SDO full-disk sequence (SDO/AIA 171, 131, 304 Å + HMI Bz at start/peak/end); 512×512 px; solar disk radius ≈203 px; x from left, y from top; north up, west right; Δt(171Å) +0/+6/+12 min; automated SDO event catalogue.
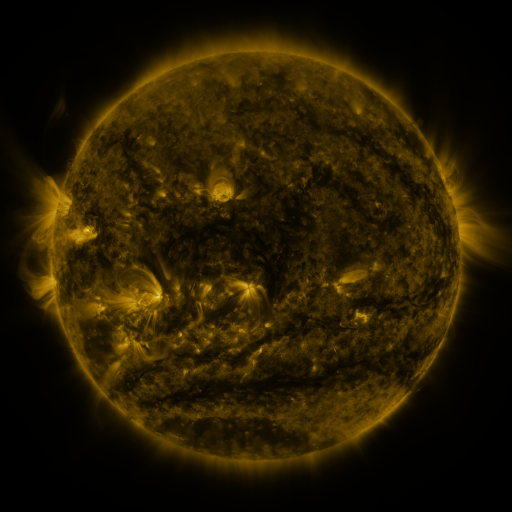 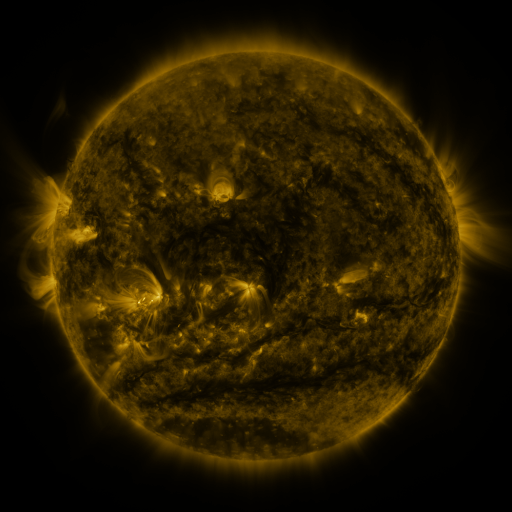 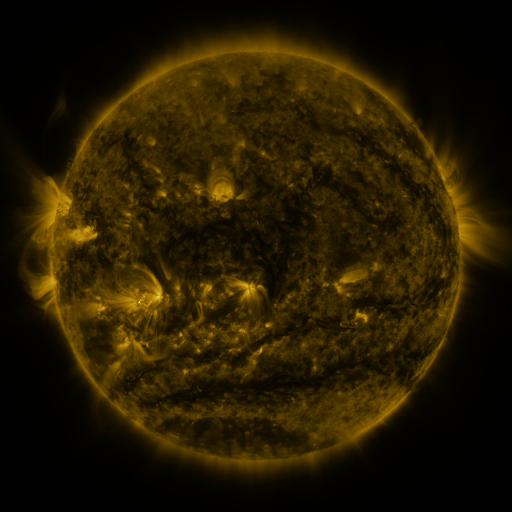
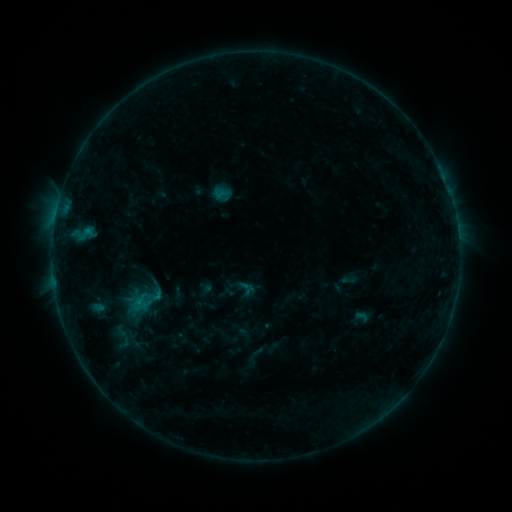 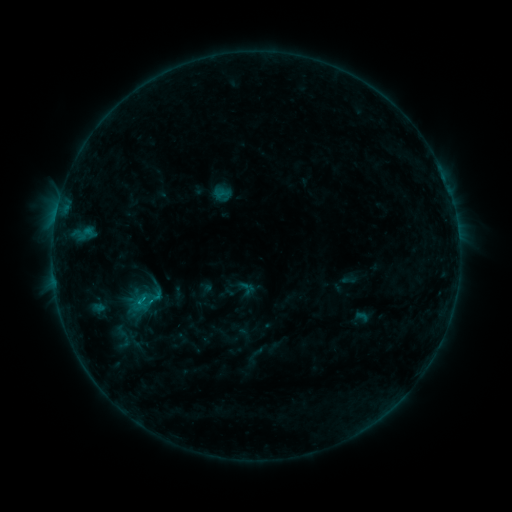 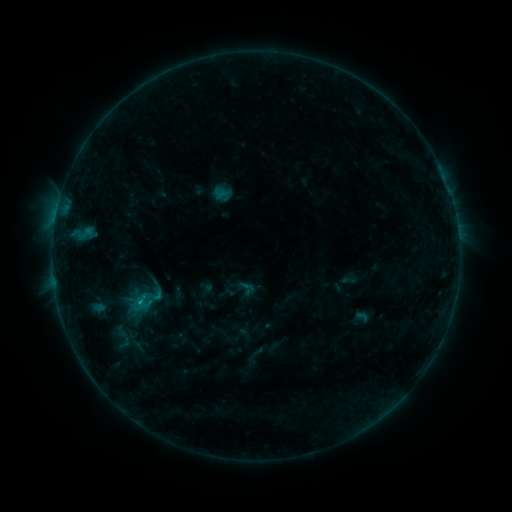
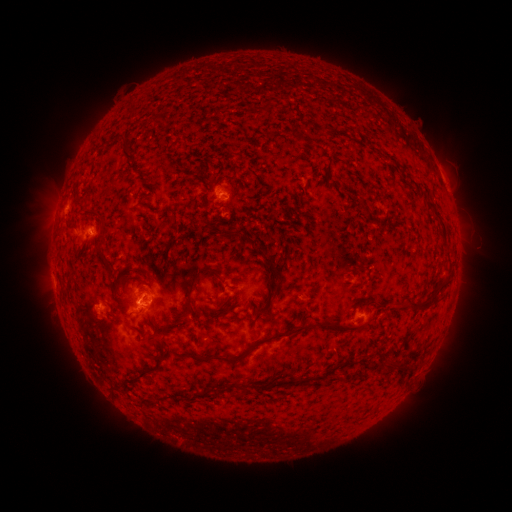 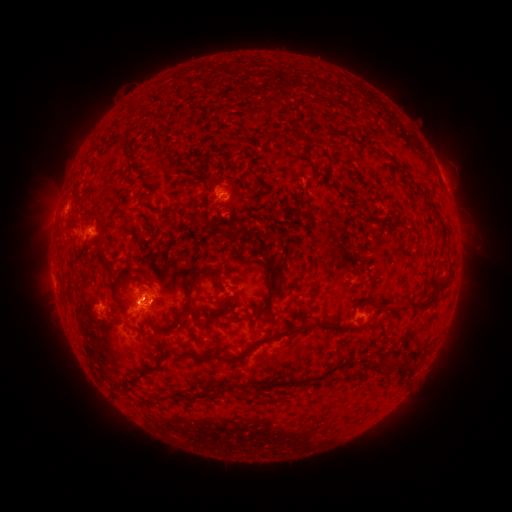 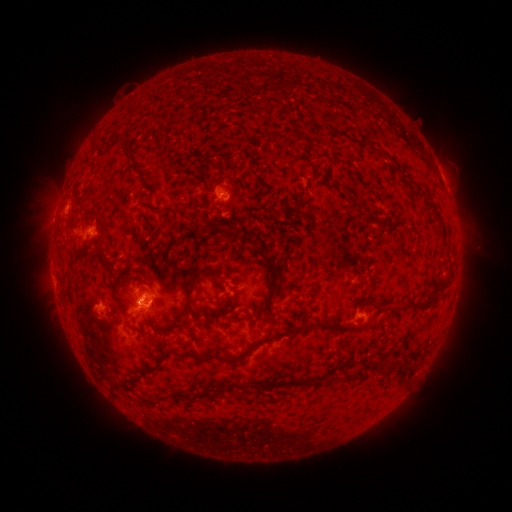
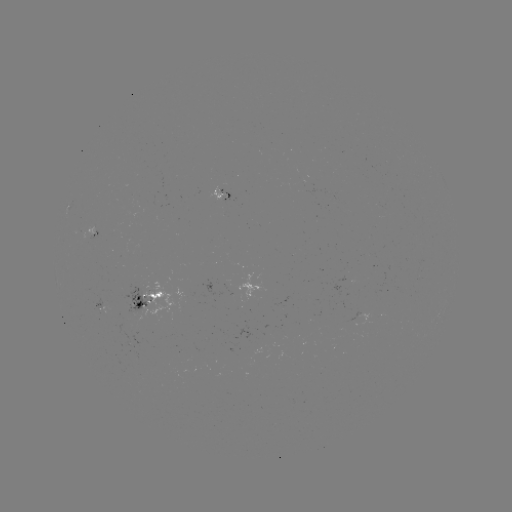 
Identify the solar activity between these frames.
B9.7 flare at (152, 300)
